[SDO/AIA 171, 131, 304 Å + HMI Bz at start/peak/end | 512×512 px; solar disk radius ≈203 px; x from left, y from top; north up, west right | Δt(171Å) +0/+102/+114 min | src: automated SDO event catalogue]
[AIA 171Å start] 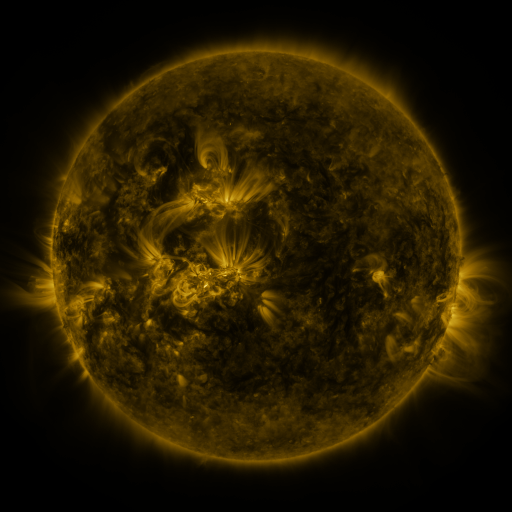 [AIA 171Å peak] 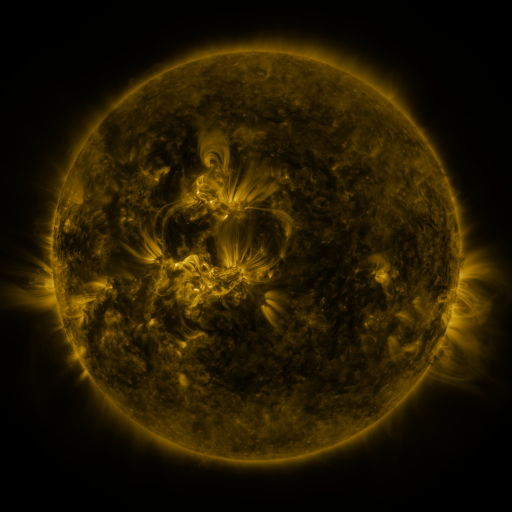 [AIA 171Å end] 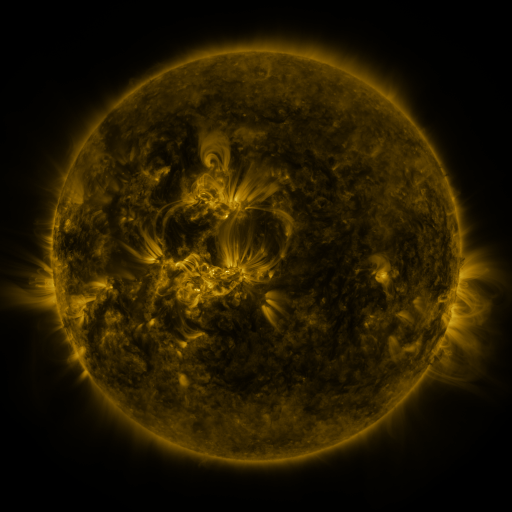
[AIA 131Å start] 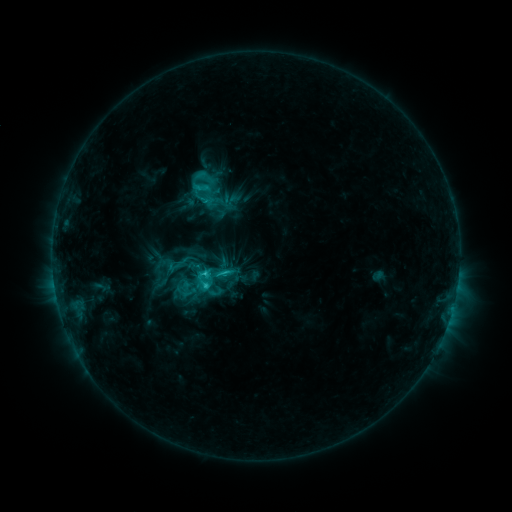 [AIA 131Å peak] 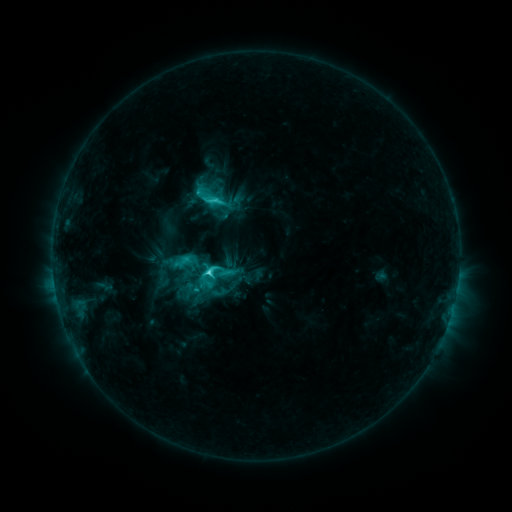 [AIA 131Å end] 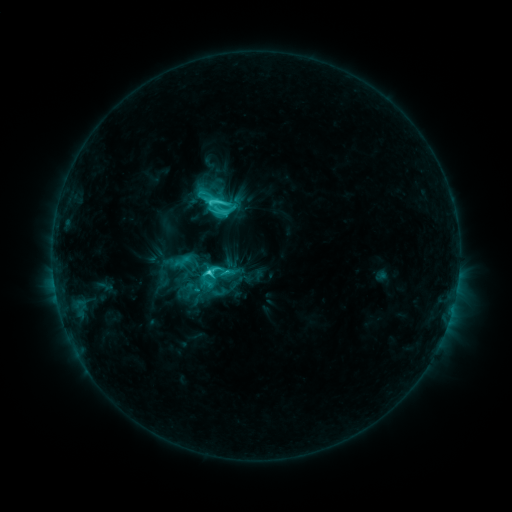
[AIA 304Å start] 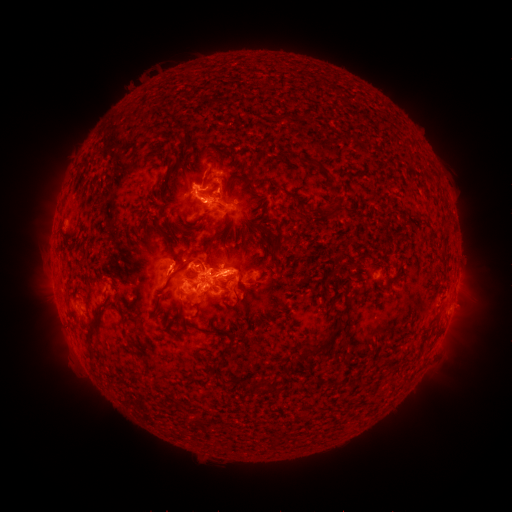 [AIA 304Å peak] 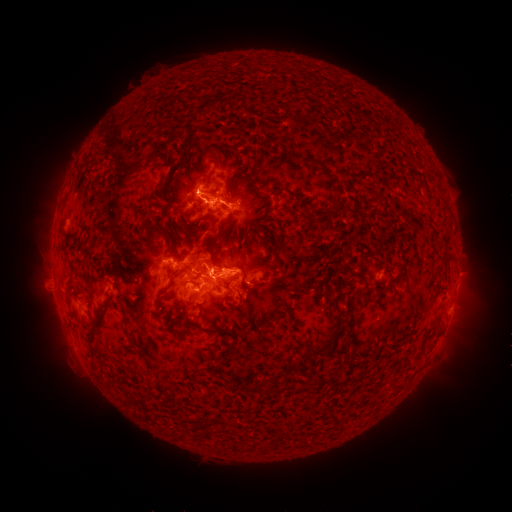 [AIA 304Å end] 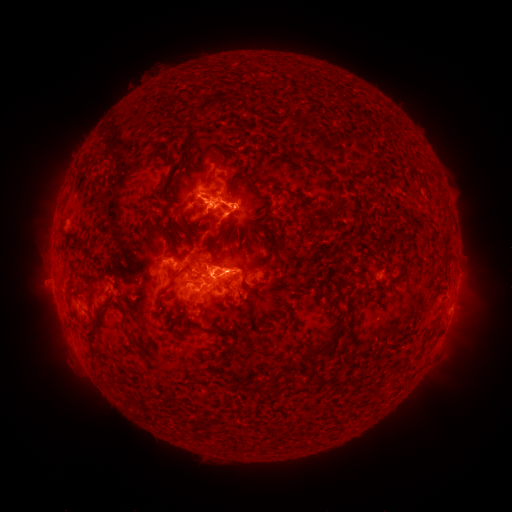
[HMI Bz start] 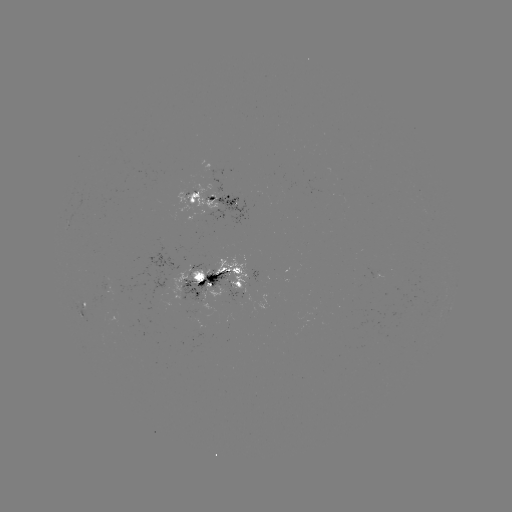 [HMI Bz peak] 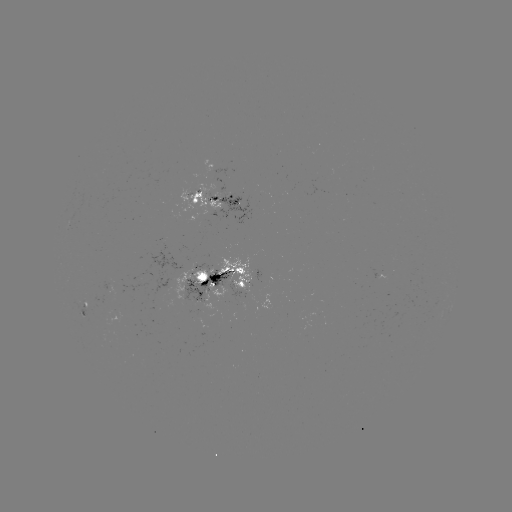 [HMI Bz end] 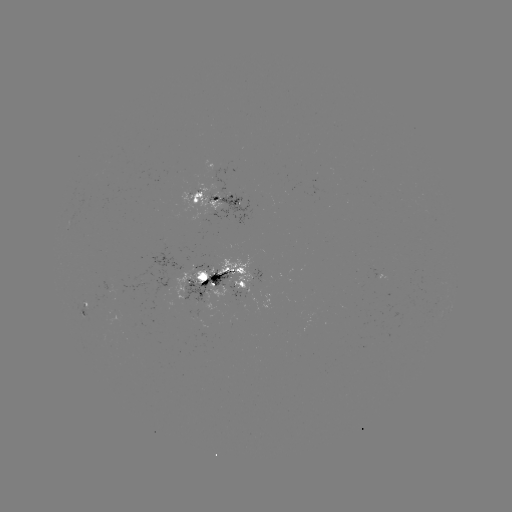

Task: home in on emerging-flux region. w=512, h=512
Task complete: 233,278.